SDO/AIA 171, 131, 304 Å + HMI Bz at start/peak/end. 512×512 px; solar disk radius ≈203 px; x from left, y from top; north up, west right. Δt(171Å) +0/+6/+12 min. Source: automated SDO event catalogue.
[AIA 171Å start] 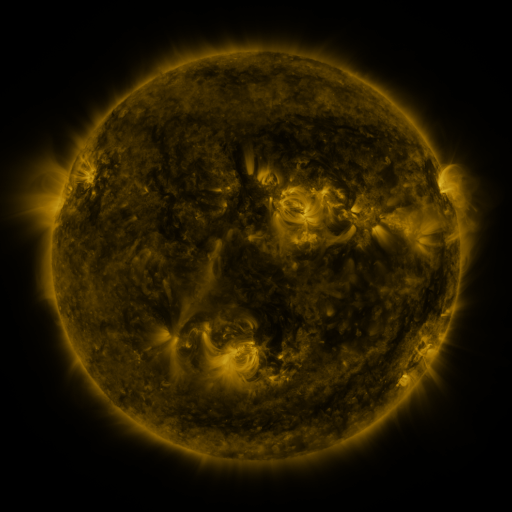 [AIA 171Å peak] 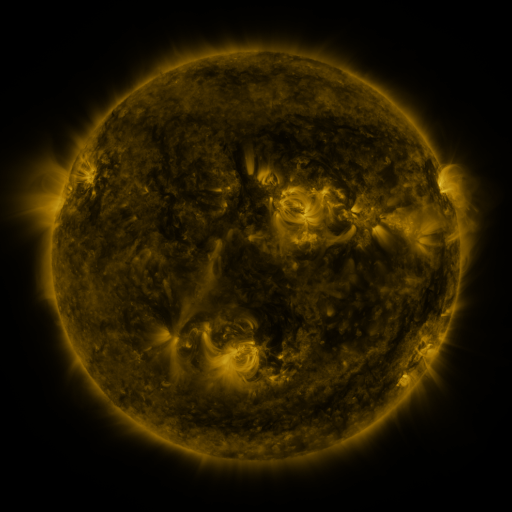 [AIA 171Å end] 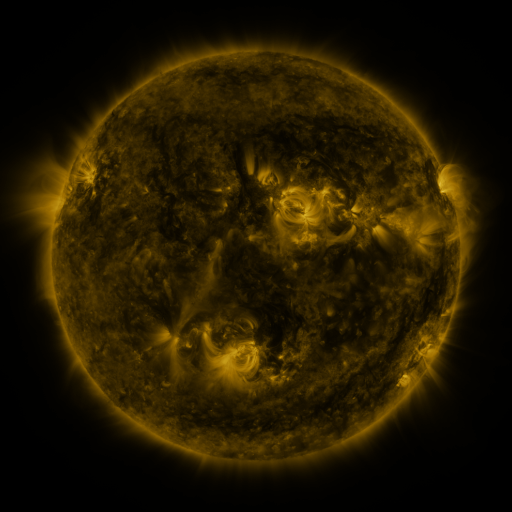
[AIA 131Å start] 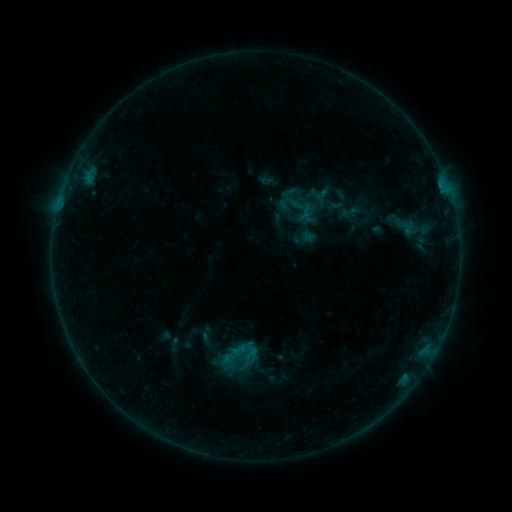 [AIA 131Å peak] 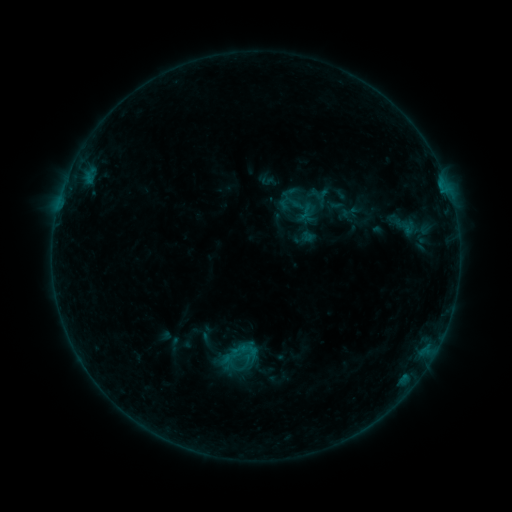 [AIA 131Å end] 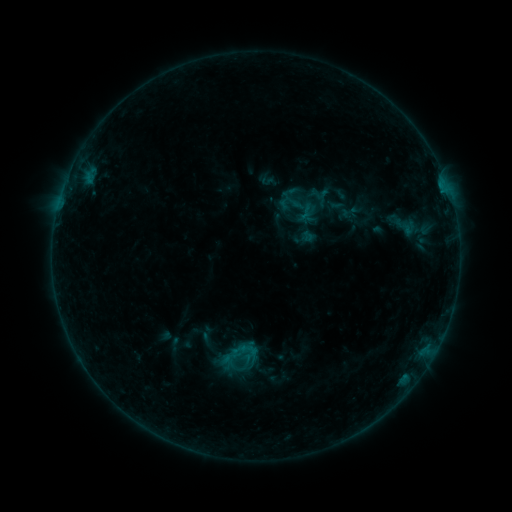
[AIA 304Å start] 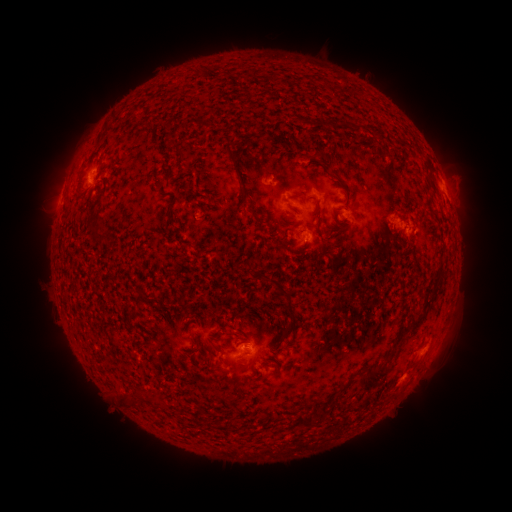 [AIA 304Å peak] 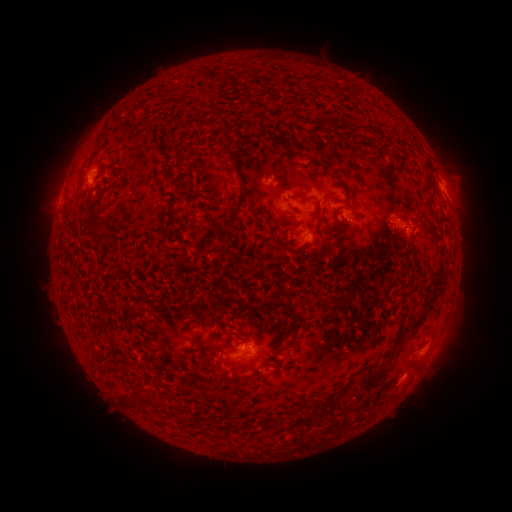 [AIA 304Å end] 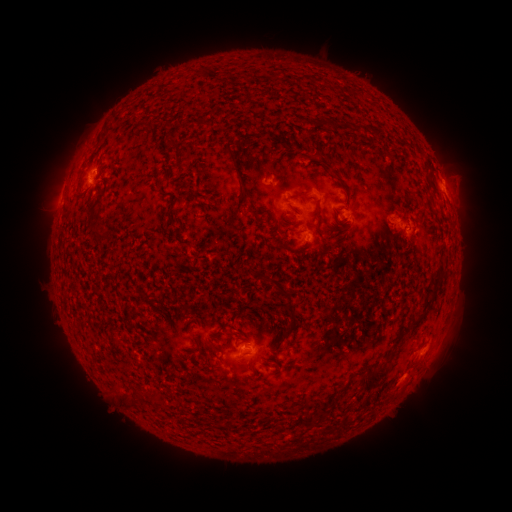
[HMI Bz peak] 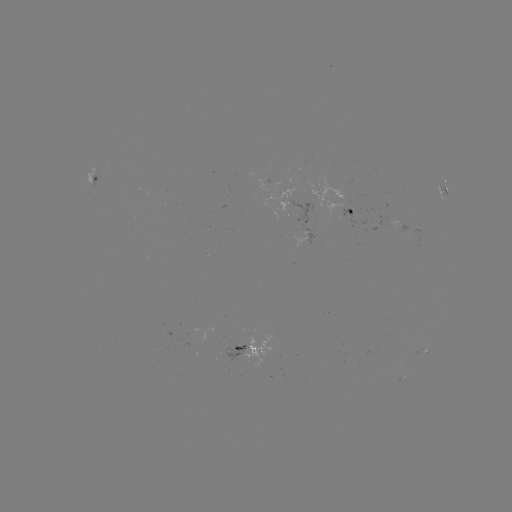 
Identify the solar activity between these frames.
no classed flare was catalogued and no EUV brightening was flagged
